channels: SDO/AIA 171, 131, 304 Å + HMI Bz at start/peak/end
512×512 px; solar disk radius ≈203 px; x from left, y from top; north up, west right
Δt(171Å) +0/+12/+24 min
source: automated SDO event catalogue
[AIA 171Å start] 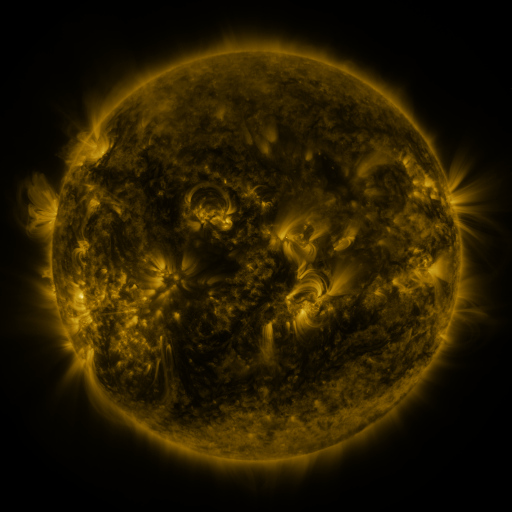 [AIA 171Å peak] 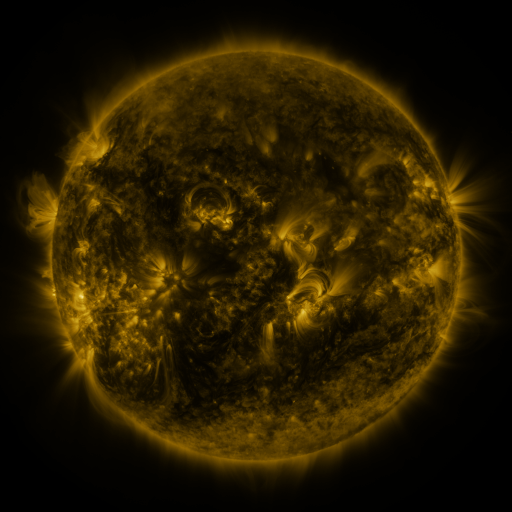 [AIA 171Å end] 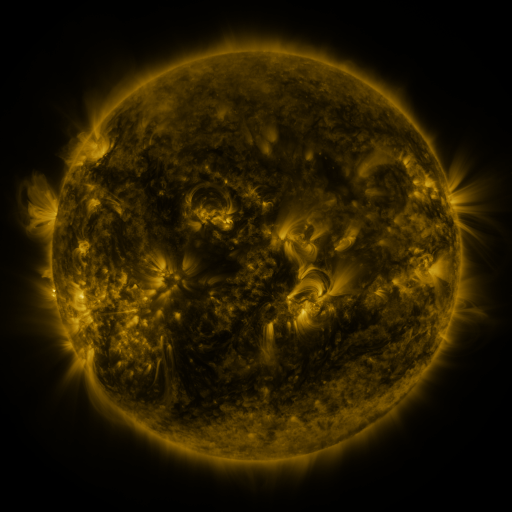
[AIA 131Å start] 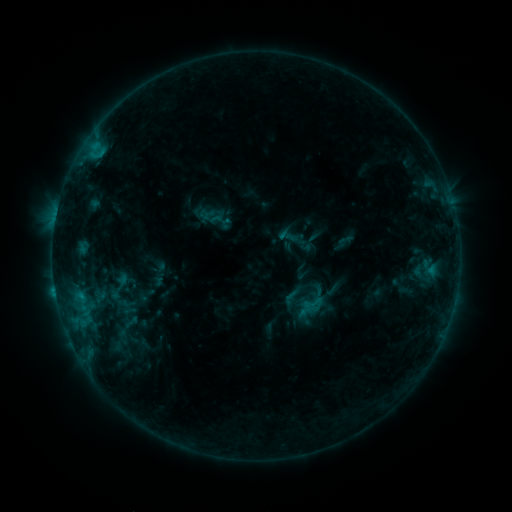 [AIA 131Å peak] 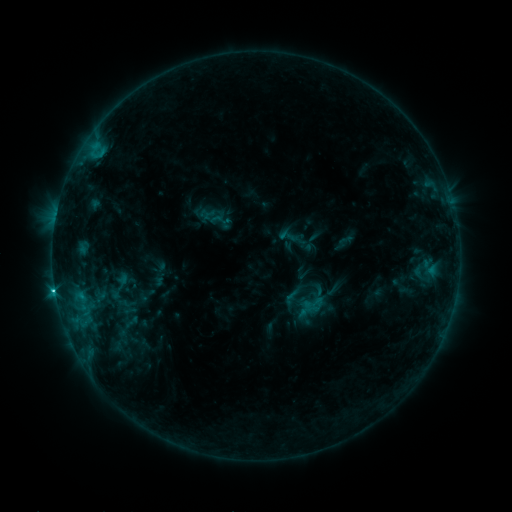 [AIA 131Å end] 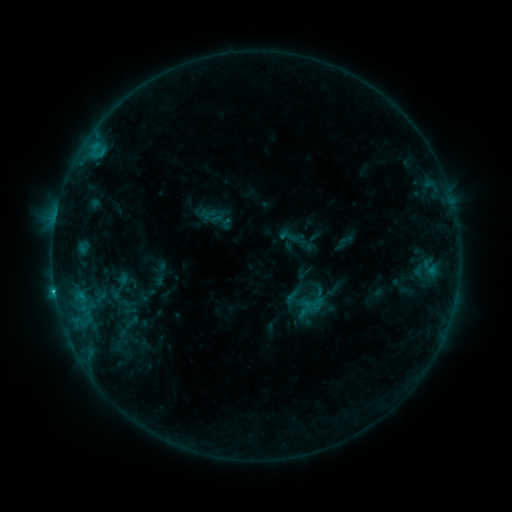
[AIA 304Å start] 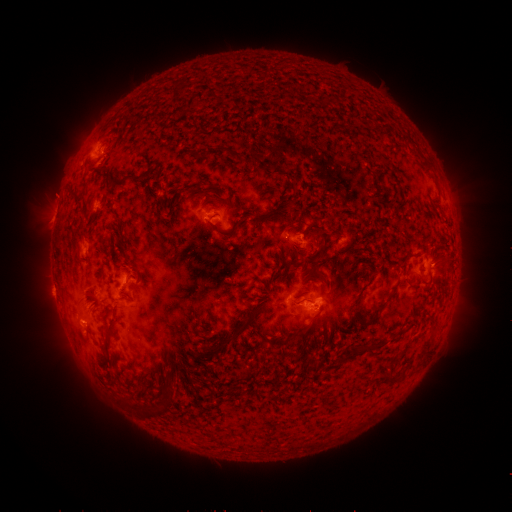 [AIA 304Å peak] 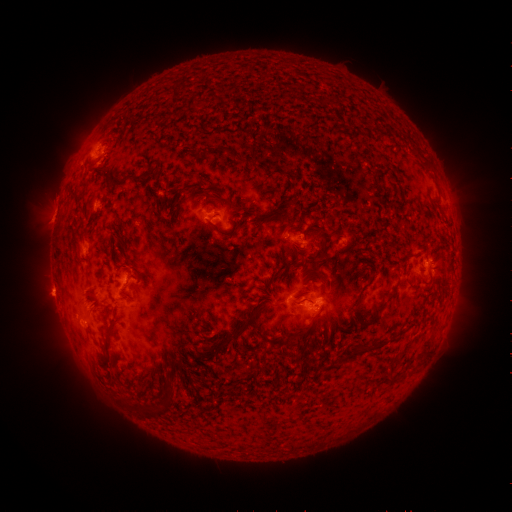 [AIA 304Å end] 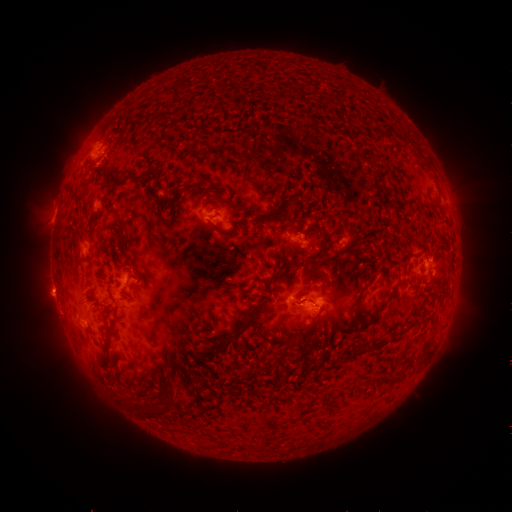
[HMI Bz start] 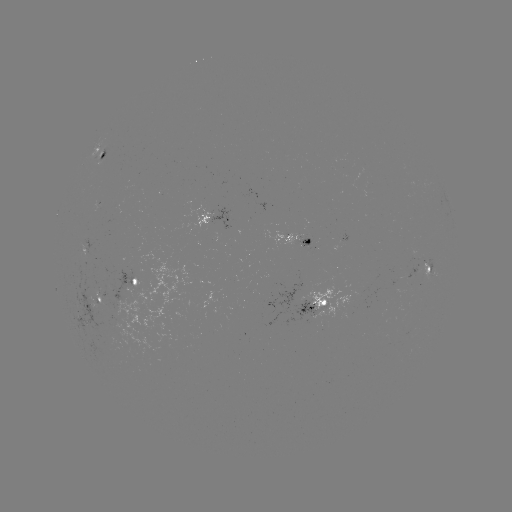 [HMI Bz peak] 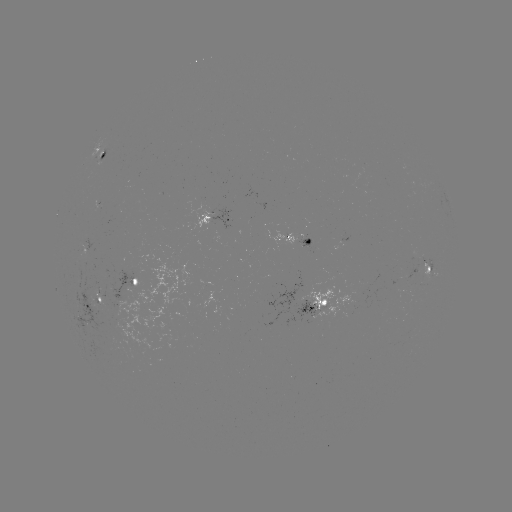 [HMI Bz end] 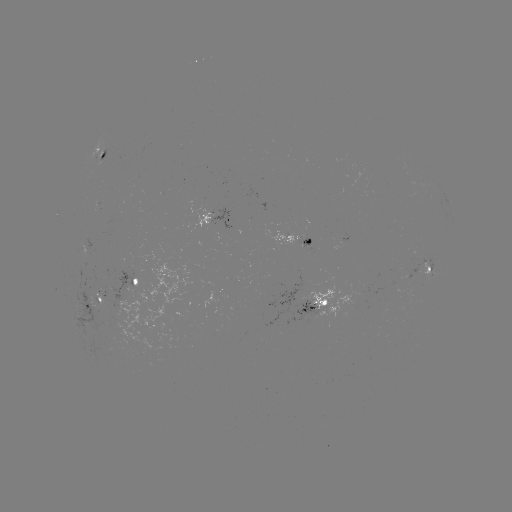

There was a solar flare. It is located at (55, 287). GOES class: C2.5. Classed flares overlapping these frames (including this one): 1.